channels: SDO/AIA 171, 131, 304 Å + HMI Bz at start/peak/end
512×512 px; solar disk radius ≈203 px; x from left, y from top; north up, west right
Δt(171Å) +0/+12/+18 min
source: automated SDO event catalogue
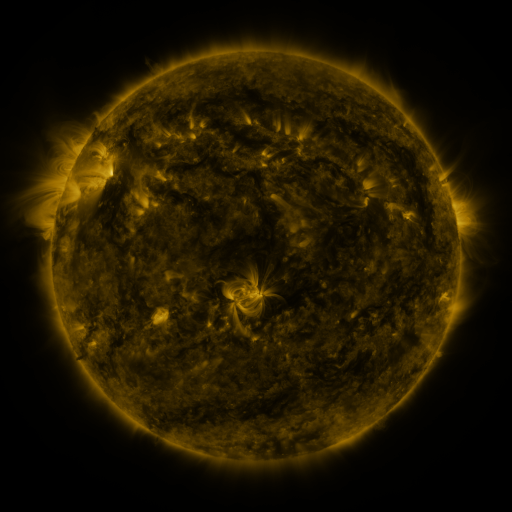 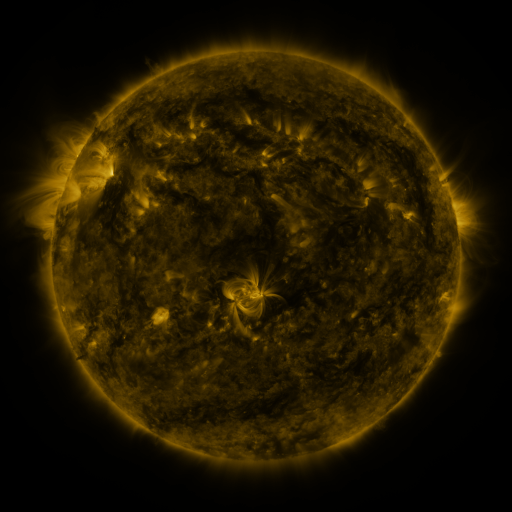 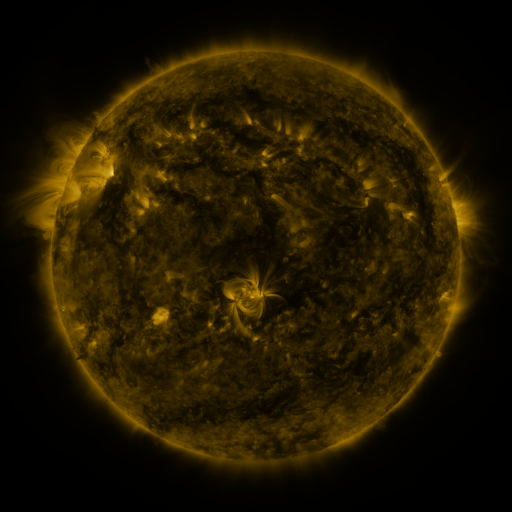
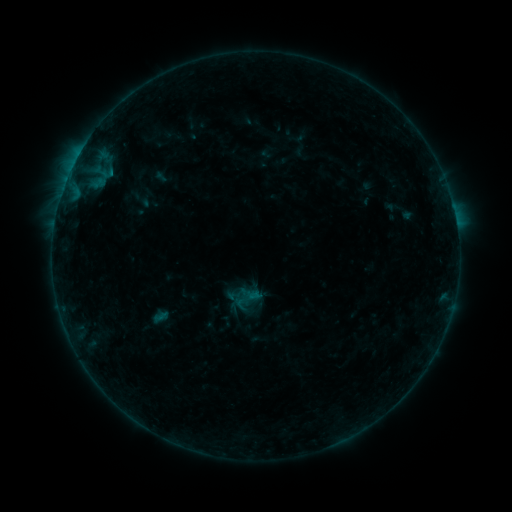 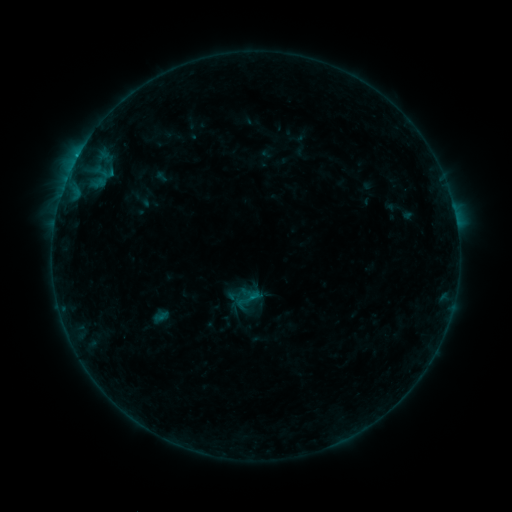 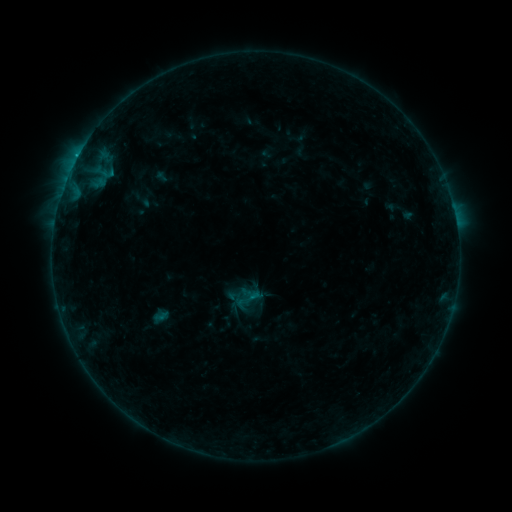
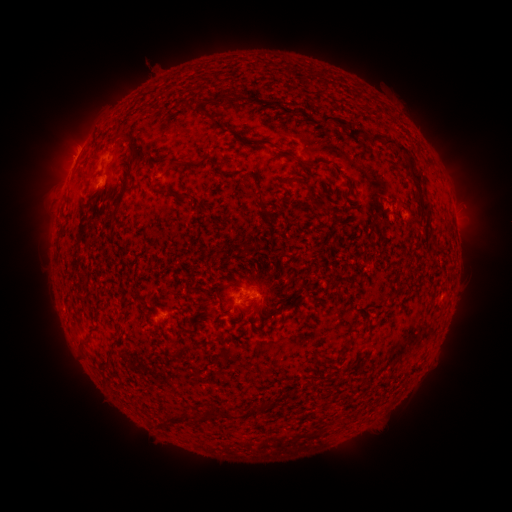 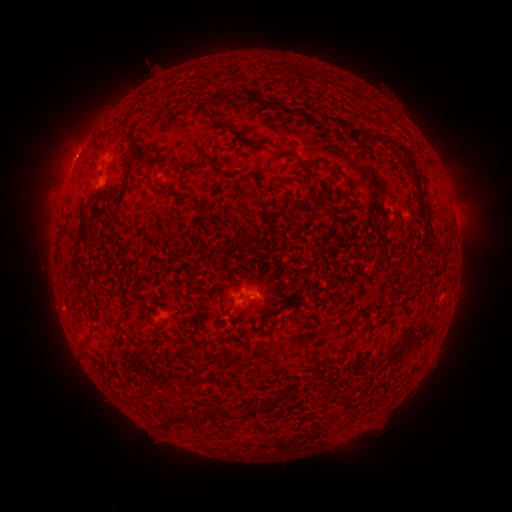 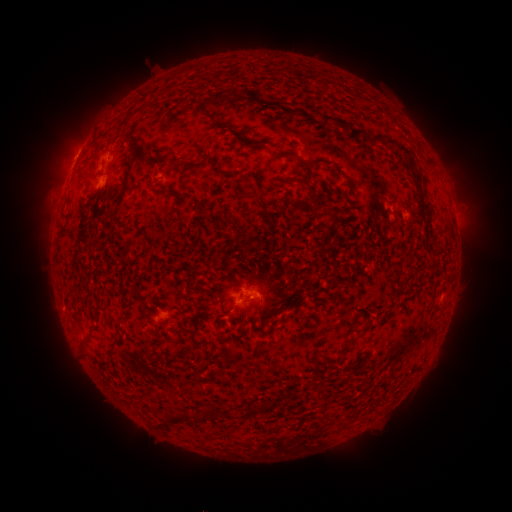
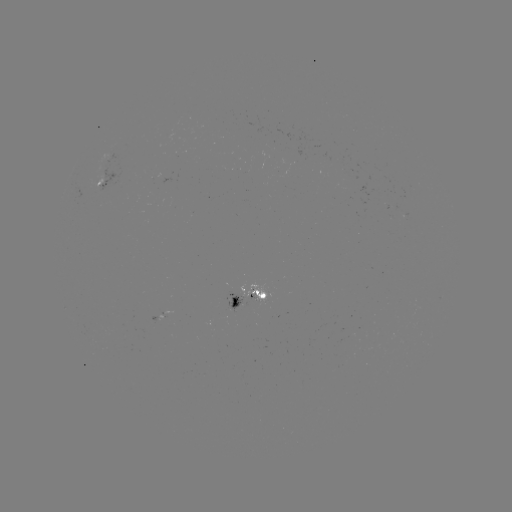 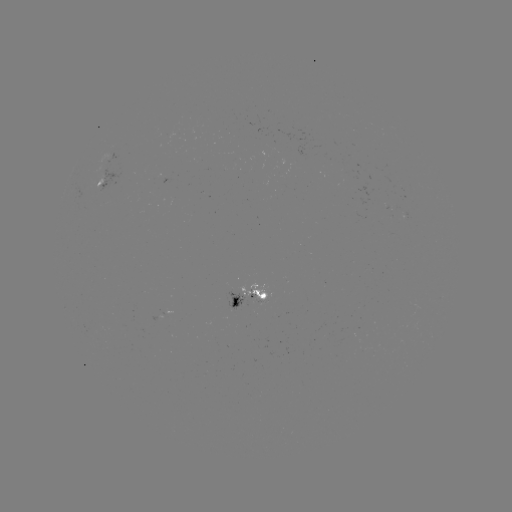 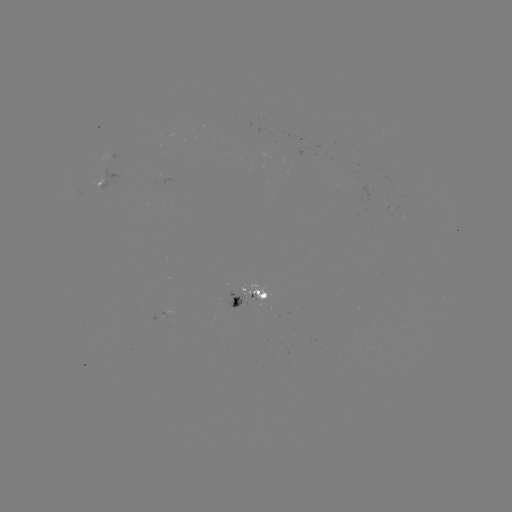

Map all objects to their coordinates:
B6.0 flare: (78, 156)
